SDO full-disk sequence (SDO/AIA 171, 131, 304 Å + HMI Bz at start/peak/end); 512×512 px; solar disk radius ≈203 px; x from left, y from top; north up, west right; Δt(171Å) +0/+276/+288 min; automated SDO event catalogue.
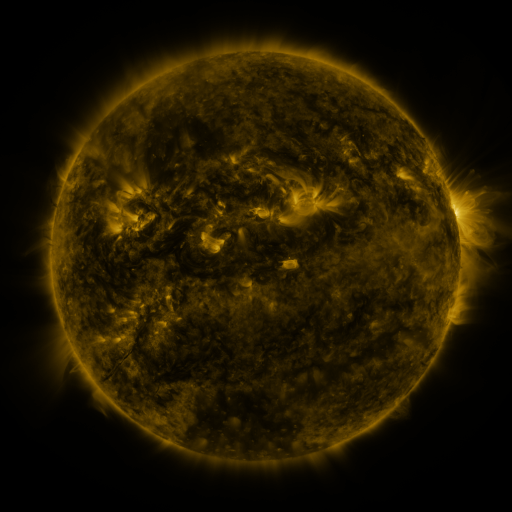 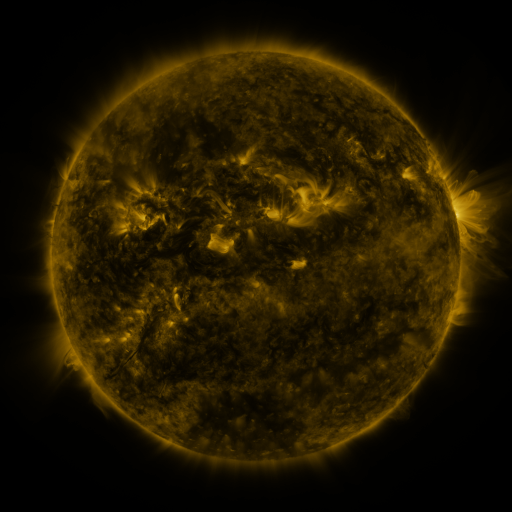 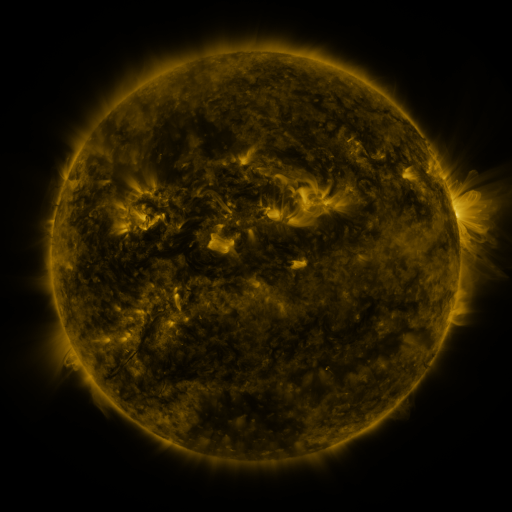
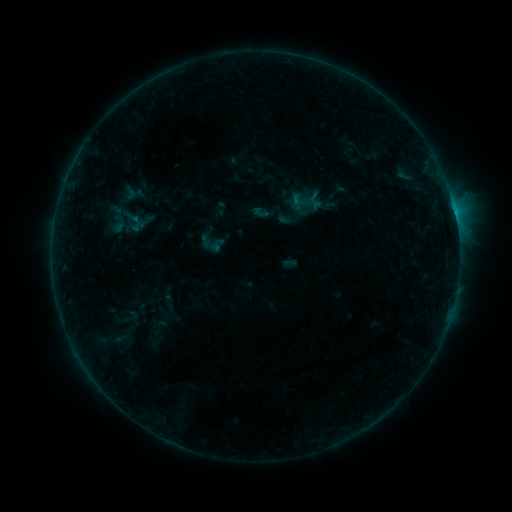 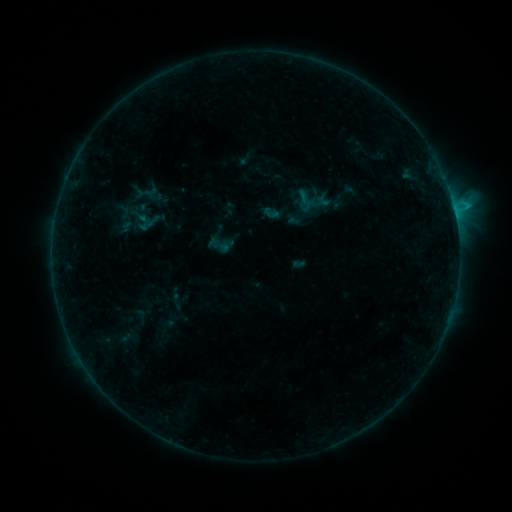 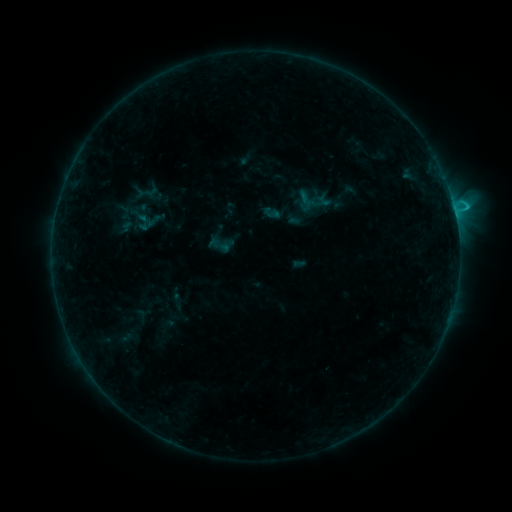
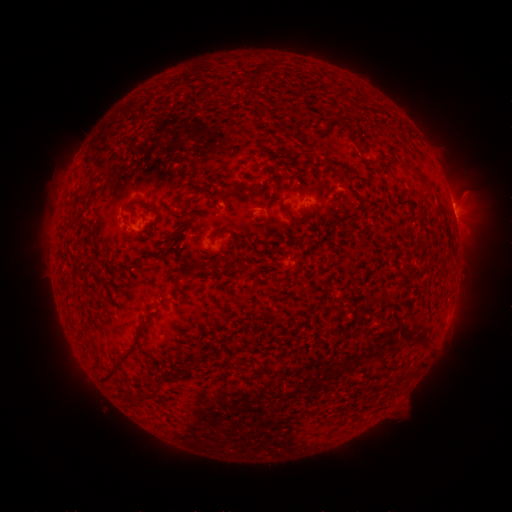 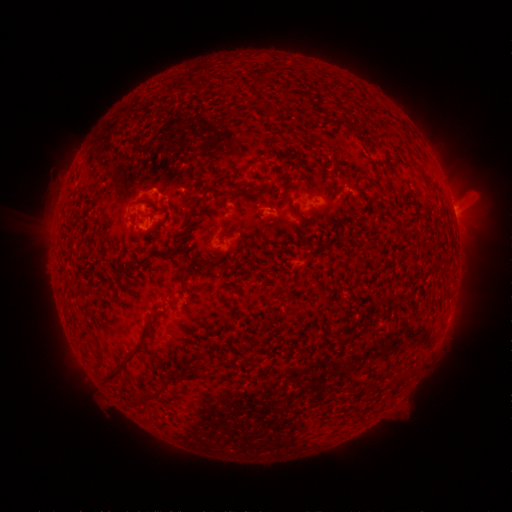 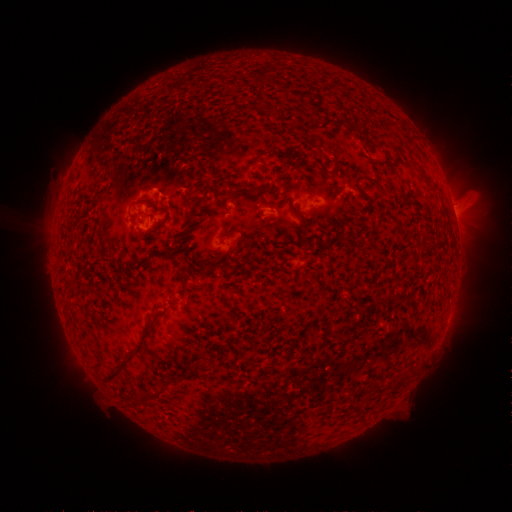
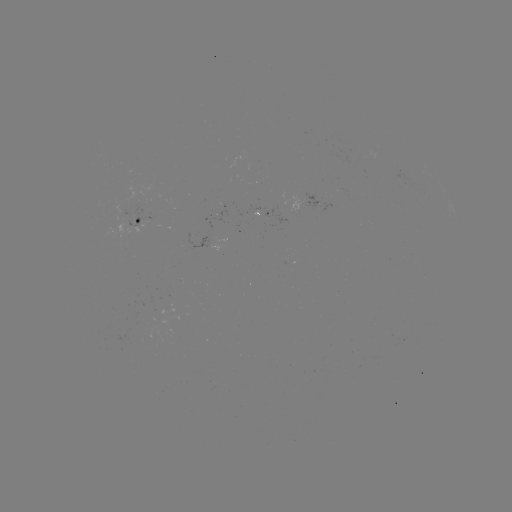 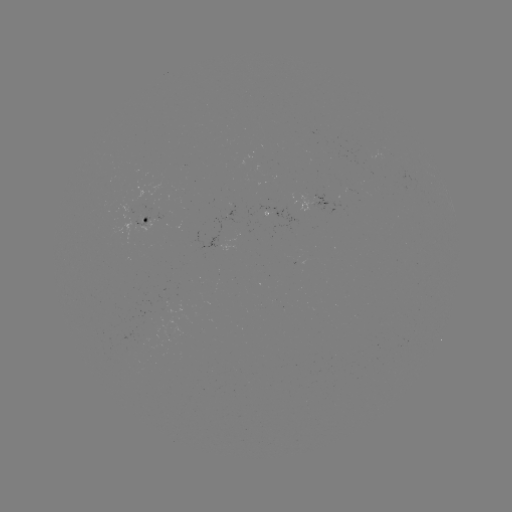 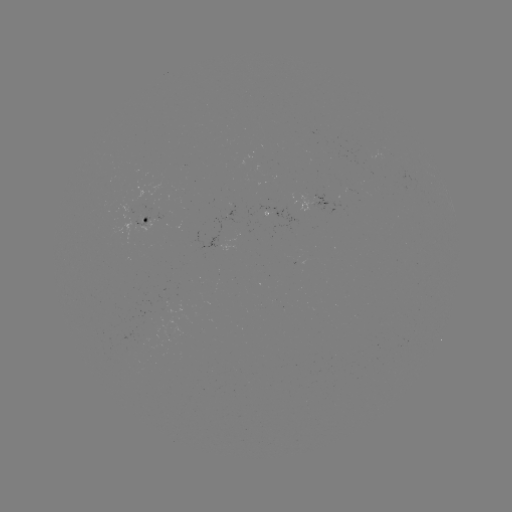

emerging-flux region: [139, 205, 145, 224]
